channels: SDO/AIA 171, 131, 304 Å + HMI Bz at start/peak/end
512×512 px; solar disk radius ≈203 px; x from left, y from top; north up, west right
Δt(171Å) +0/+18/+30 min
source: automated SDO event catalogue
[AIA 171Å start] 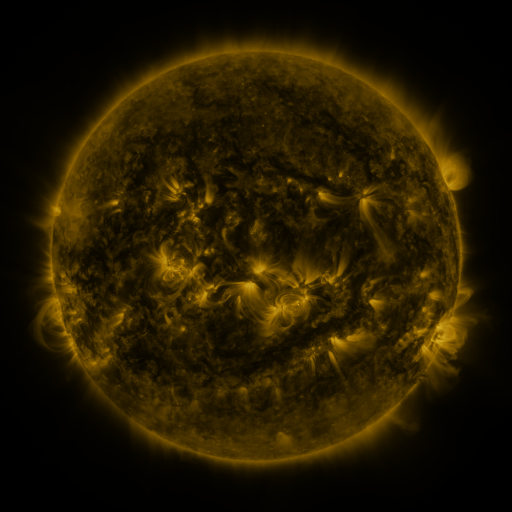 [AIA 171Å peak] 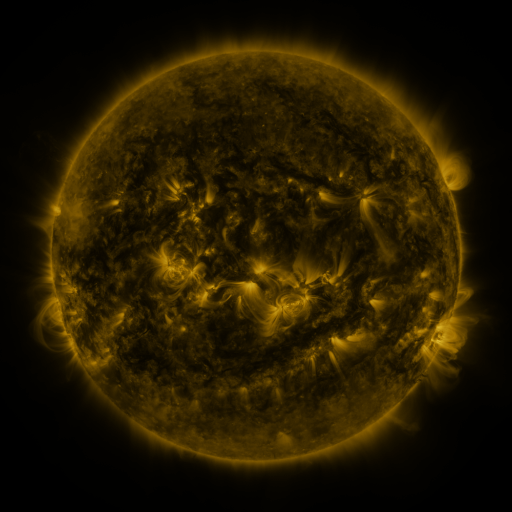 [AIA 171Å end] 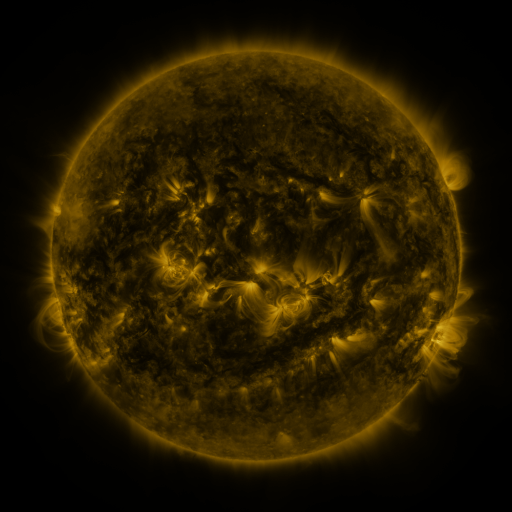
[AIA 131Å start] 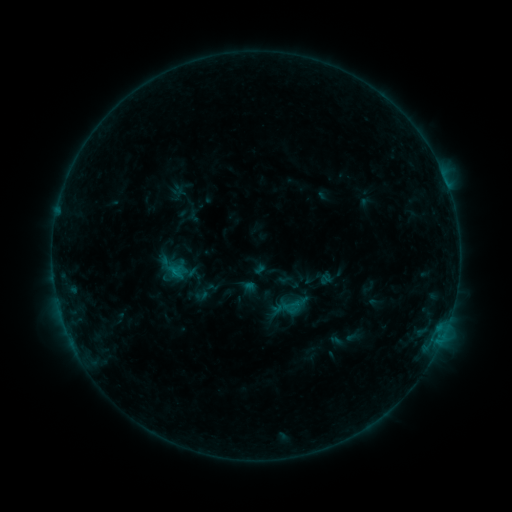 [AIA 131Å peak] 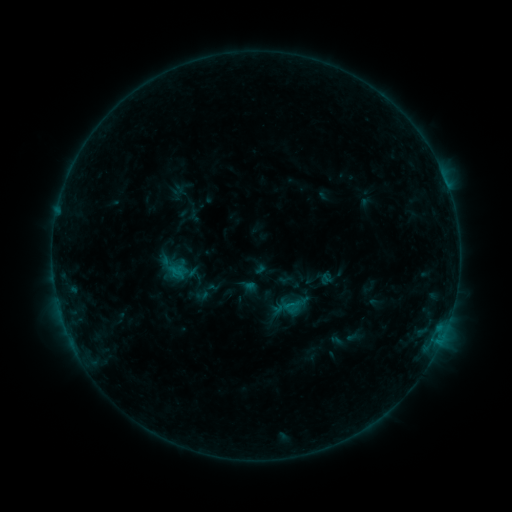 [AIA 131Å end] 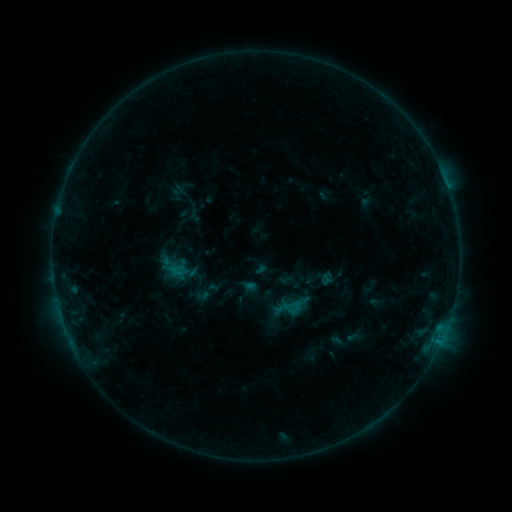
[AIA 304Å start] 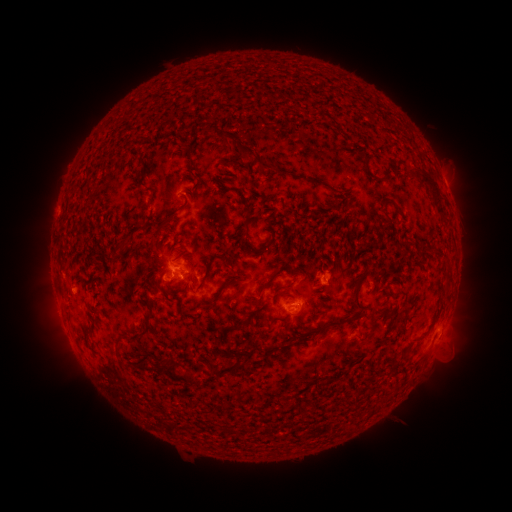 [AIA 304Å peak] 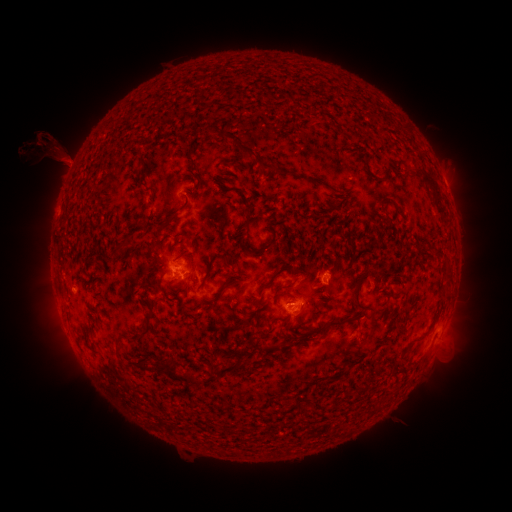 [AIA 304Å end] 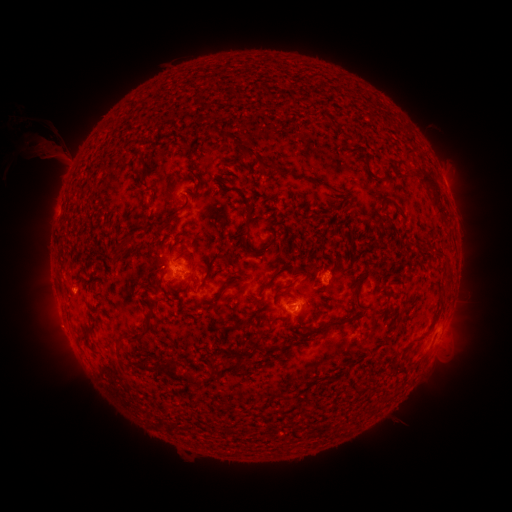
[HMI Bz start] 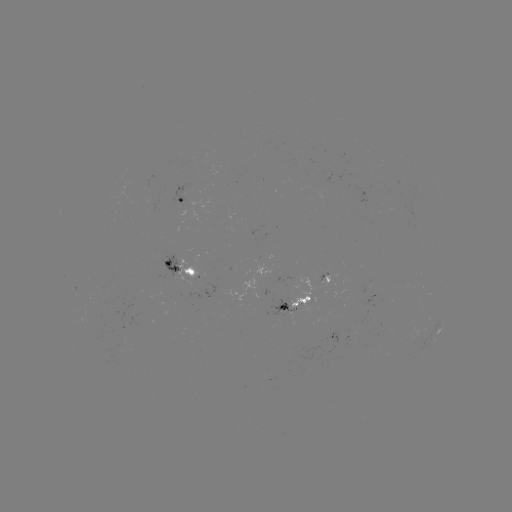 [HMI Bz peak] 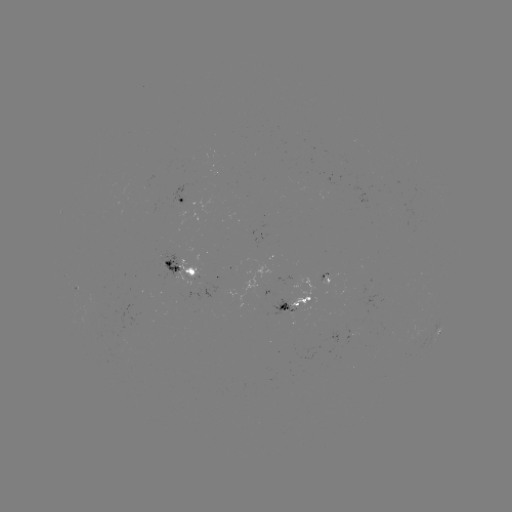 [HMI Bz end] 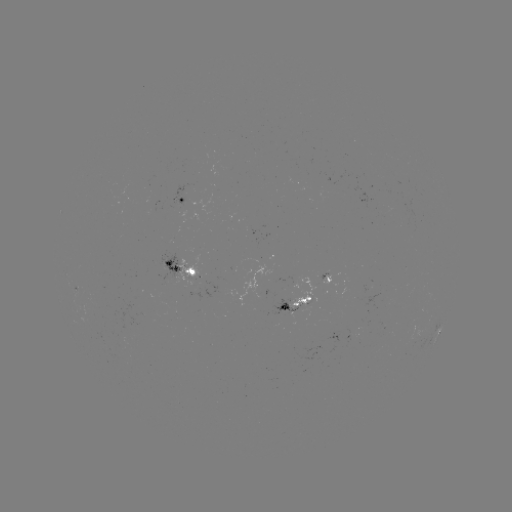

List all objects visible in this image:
eruption: (56, 151)
